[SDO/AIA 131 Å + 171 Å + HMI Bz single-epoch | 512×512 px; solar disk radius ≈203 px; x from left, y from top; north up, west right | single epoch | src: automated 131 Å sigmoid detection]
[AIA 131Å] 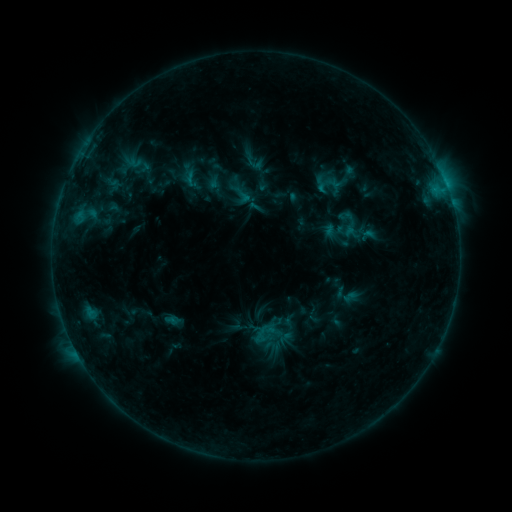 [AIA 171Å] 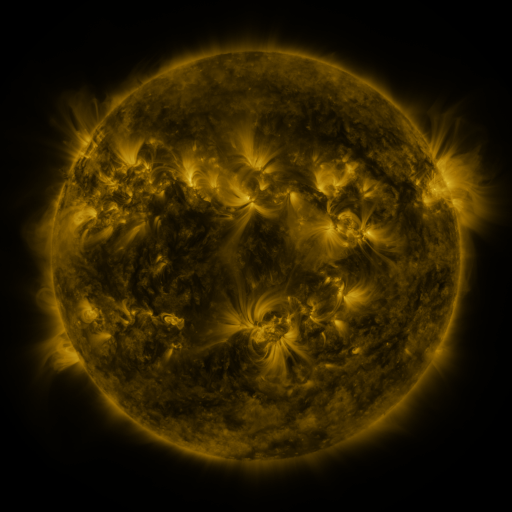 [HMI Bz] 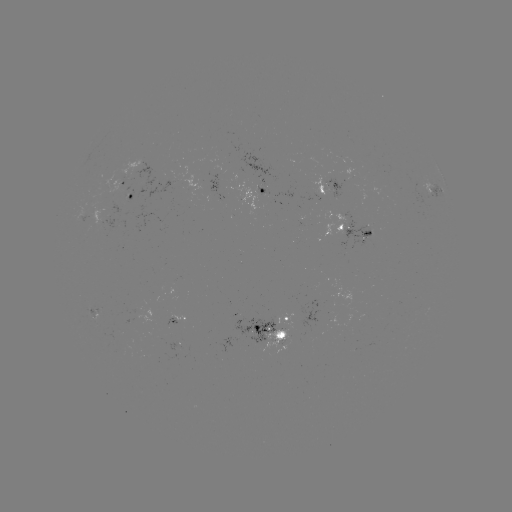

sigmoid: <bbox>241, 149, 266, 173</bbox>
